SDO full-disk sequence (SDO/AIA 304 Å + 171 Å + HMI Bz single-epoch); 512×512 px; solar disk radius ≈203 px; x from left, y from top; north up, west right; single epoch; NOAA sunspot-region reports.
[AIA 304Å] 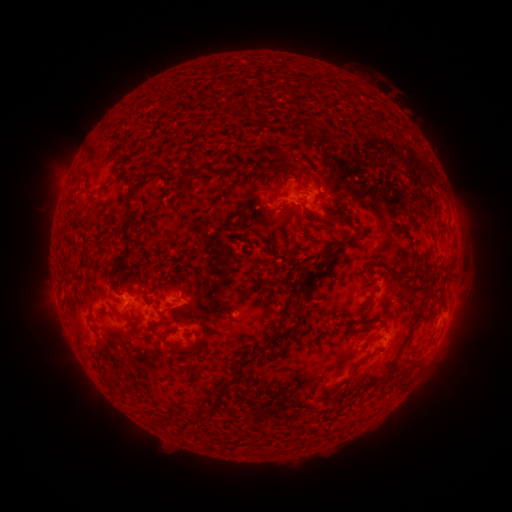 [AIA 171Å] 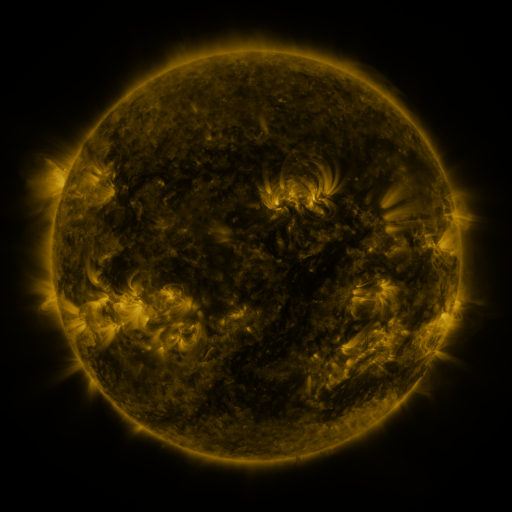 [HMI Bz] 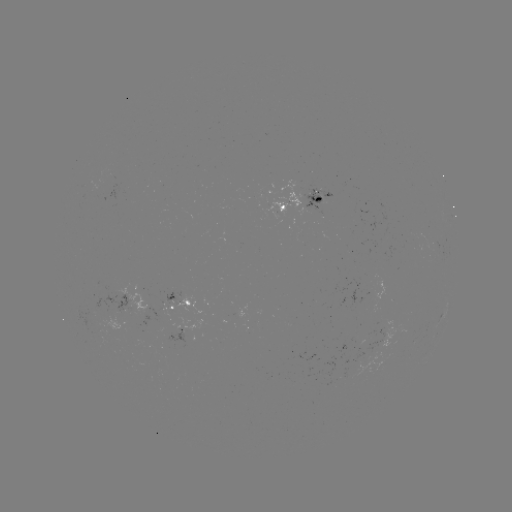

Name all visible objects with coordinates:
spotted active region: (305, 199)
spotted active region: (180, 300)
